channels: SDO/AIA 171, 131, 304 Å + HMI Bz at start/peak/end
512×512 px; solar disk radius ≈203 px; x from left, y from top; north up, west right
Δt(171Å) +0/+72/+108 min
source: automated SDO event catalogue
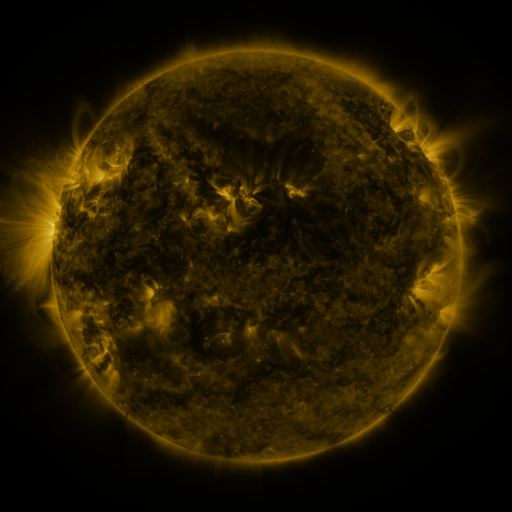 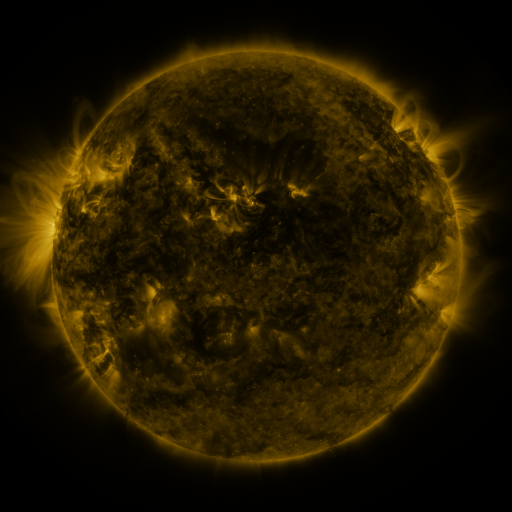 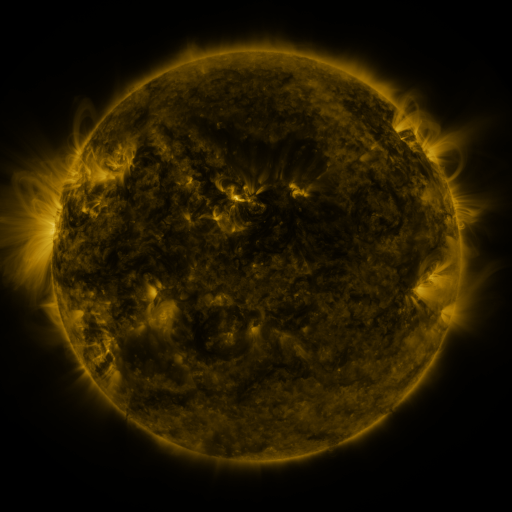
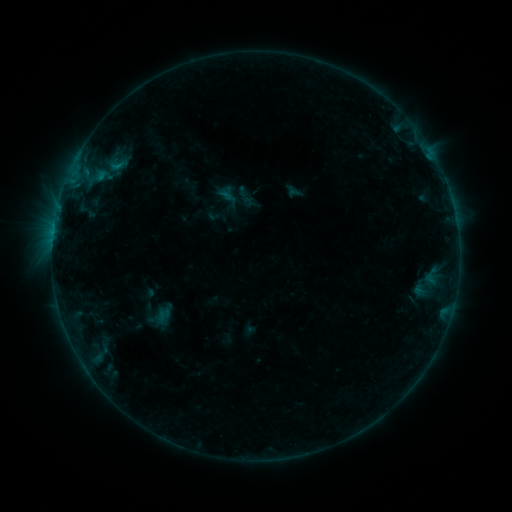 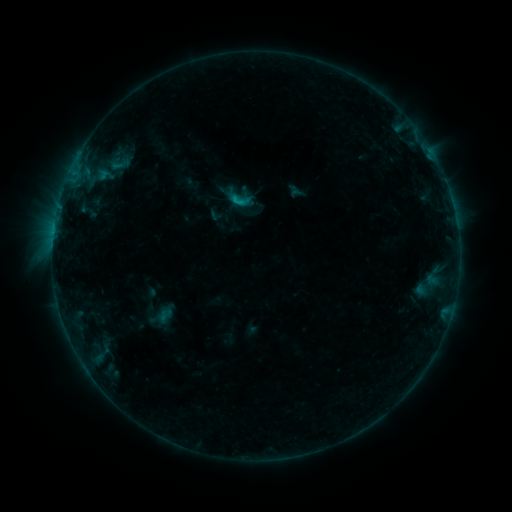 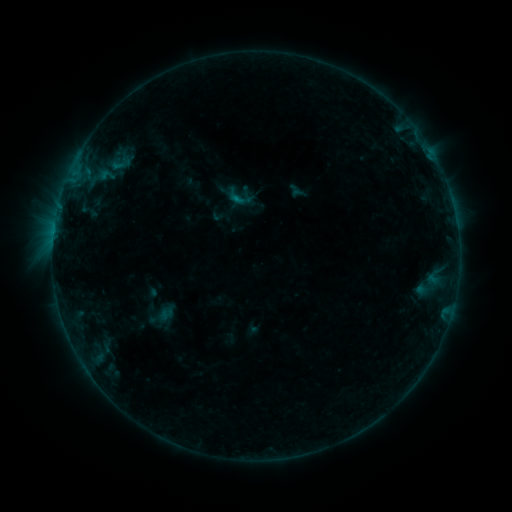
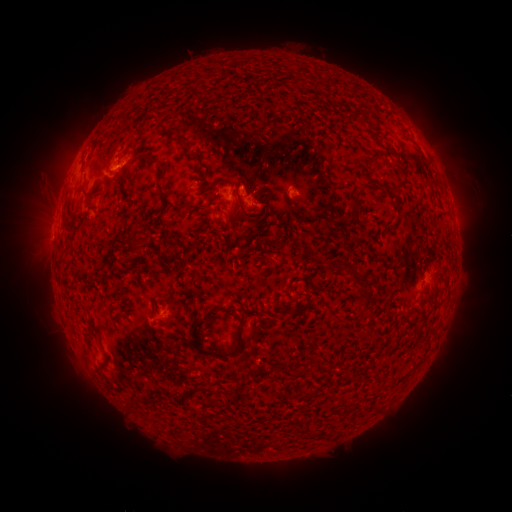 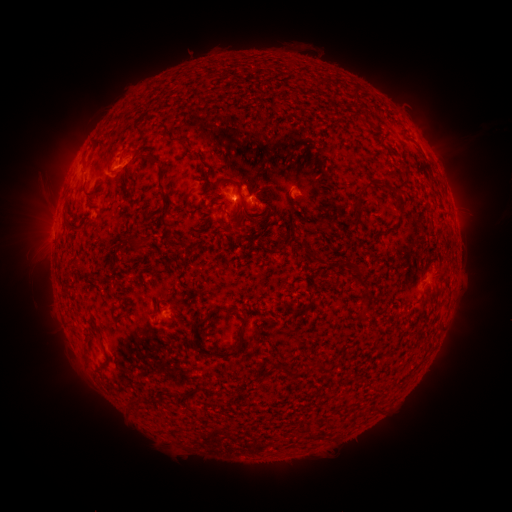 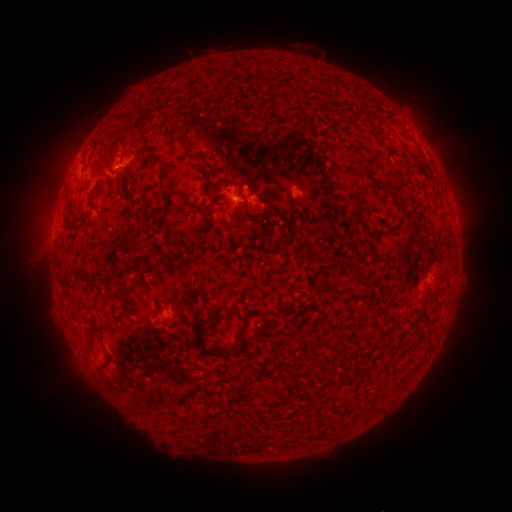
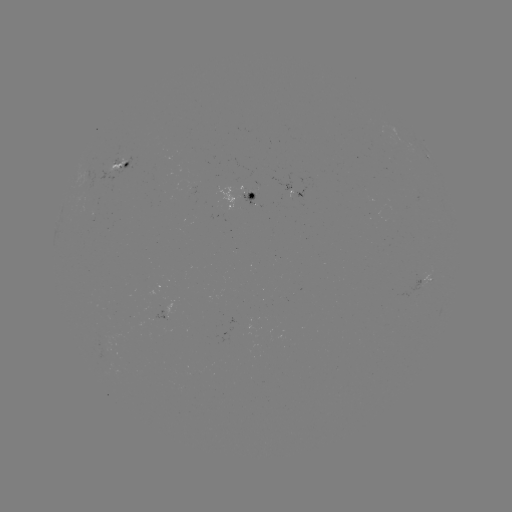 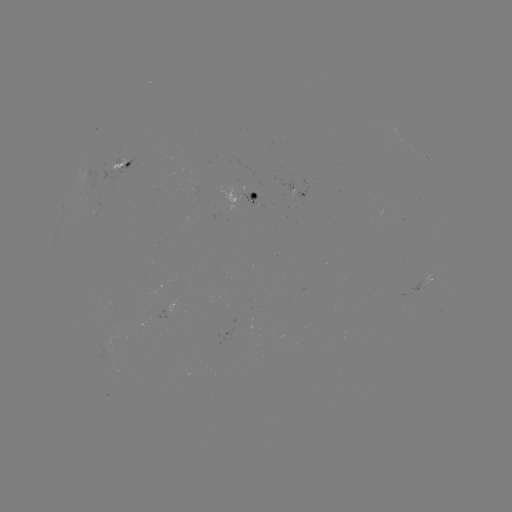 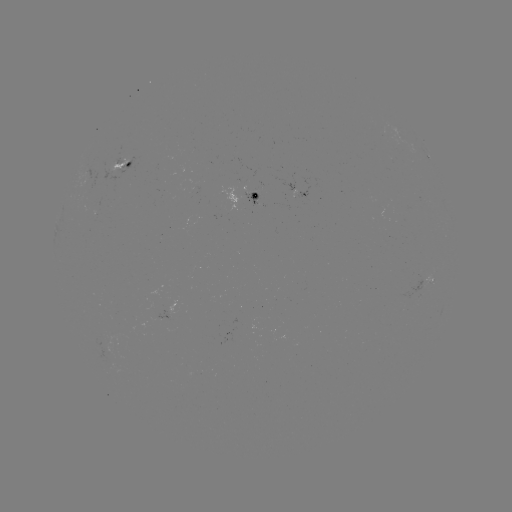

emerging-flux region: <bbox>409, 278, 423, 296</bbox>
